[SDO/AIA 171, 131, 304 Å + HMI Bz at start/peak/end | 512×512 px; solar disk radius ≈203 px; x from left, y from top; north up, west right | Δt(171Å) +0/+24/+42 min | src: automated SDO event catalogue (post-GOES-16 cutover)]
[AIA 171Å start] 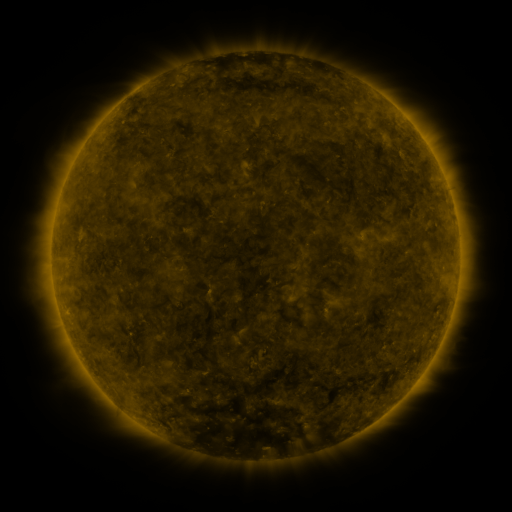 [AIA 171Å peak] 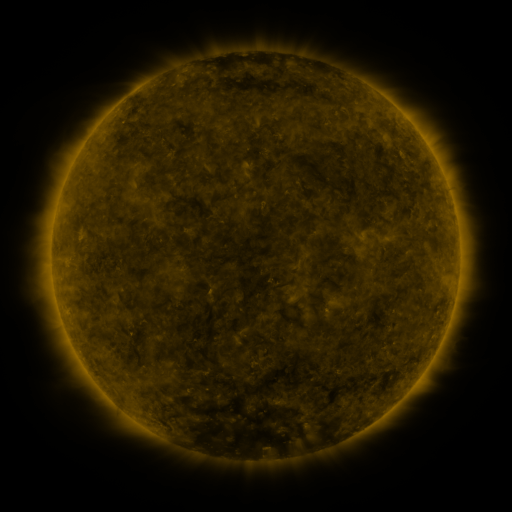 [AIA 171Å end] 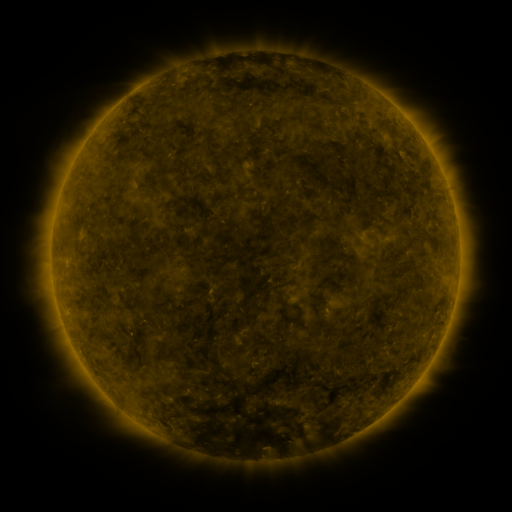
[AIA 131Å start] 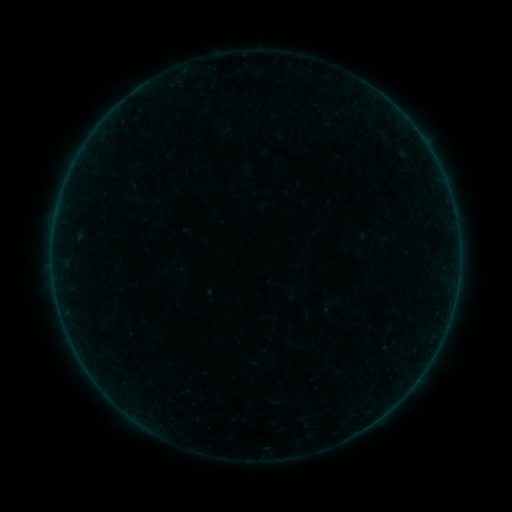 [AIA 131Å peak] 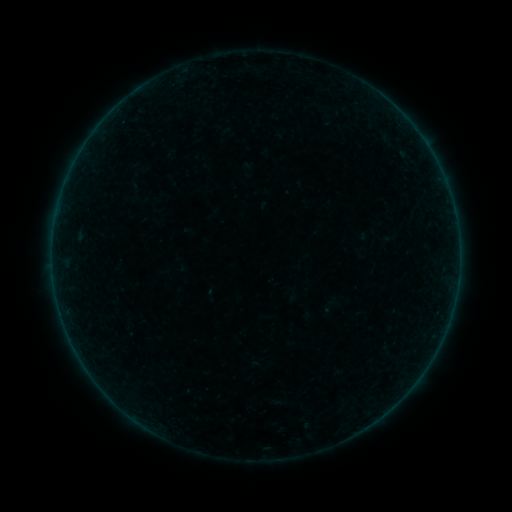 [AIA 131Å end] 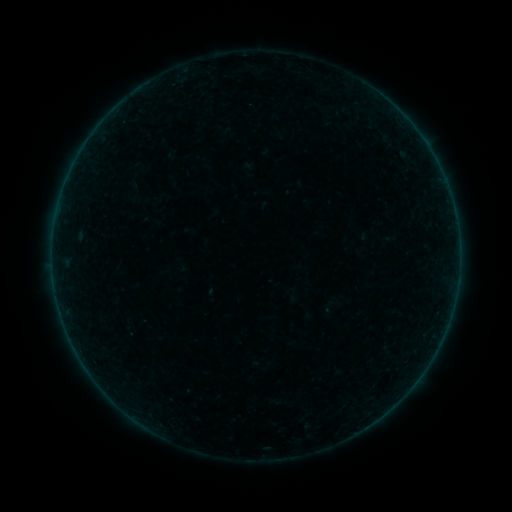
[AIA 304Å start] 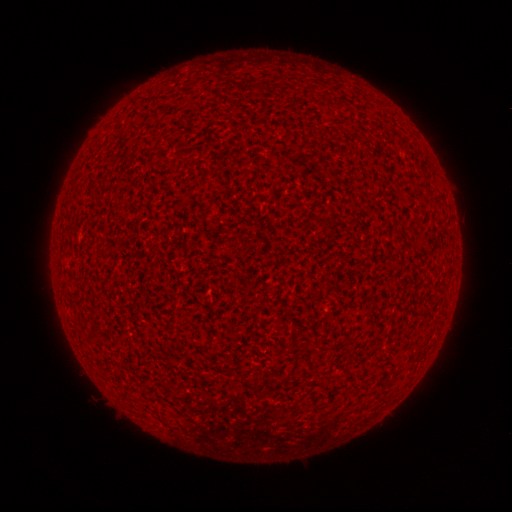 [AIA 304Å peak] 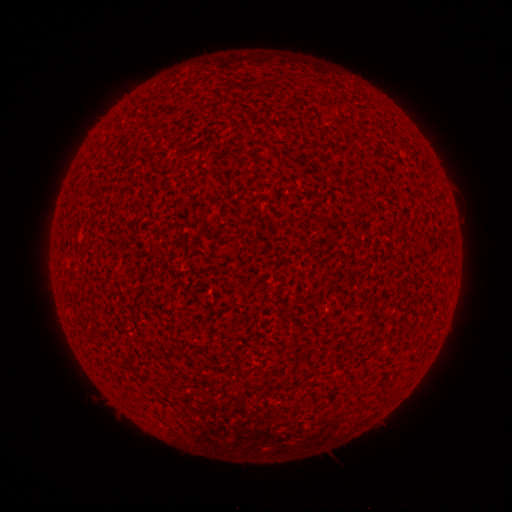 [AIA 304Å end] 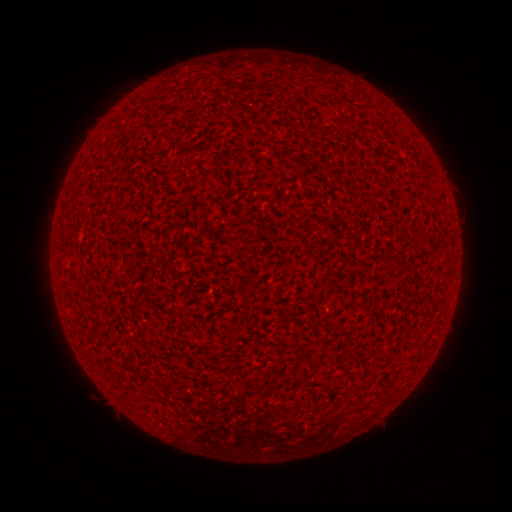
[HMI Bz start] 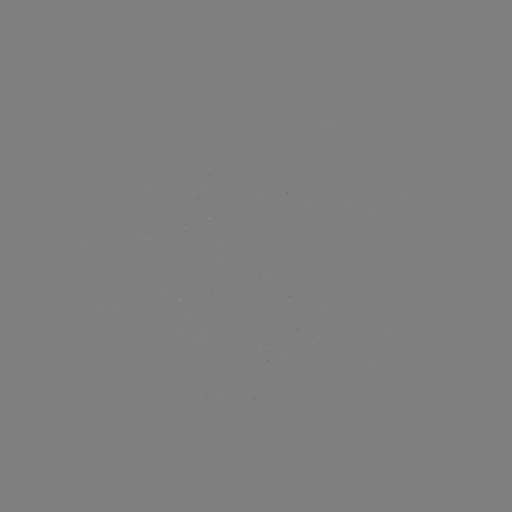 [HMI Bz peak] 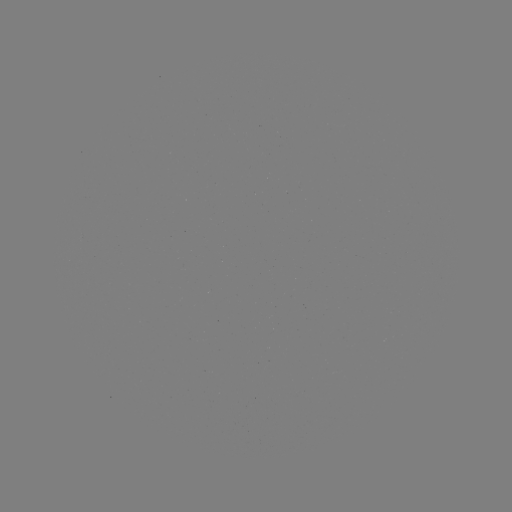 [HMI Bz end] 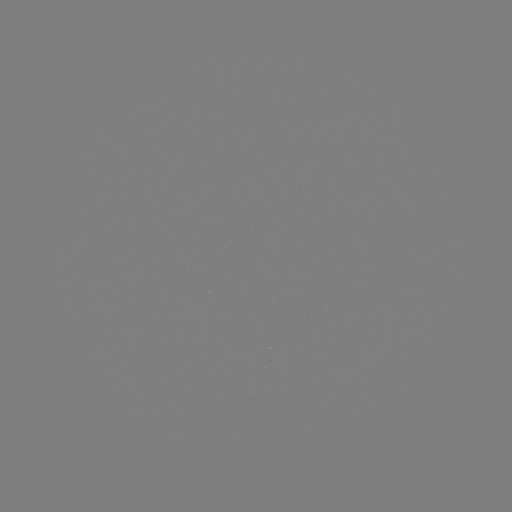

no classed flare was catalogued and no EUV brightening was flagged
